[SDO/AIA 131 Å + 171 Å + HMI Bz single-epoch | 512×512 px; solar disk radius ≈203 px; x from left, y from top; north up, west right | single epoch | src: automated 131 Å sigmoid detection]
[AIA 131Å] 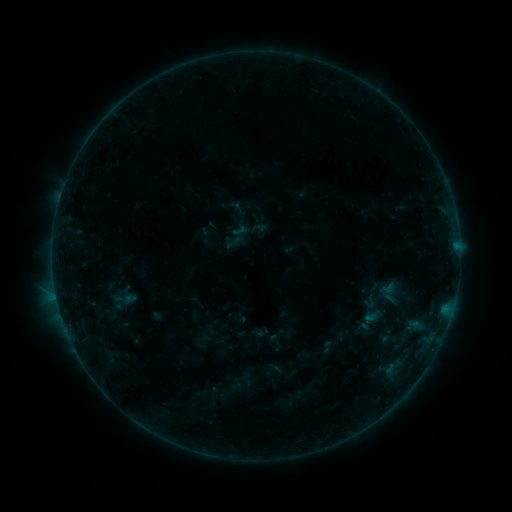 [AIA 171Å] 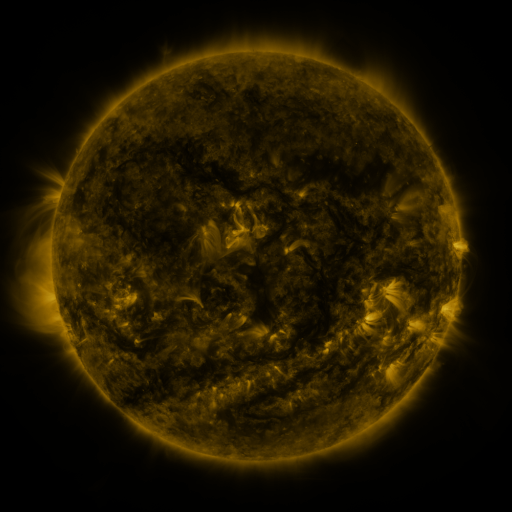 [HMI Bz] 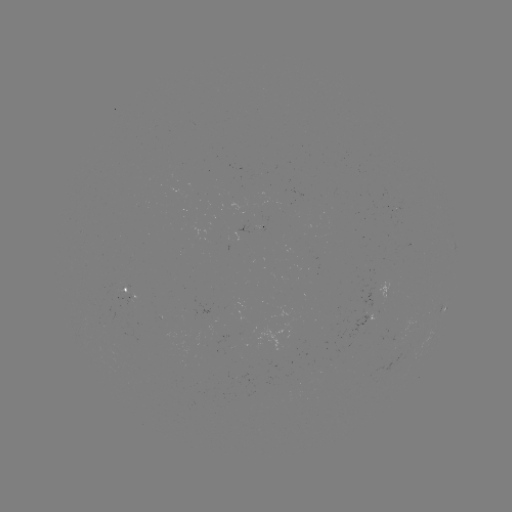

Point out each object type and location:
sigmoid: <bbox>362, 293, 380, 310</bbox>
